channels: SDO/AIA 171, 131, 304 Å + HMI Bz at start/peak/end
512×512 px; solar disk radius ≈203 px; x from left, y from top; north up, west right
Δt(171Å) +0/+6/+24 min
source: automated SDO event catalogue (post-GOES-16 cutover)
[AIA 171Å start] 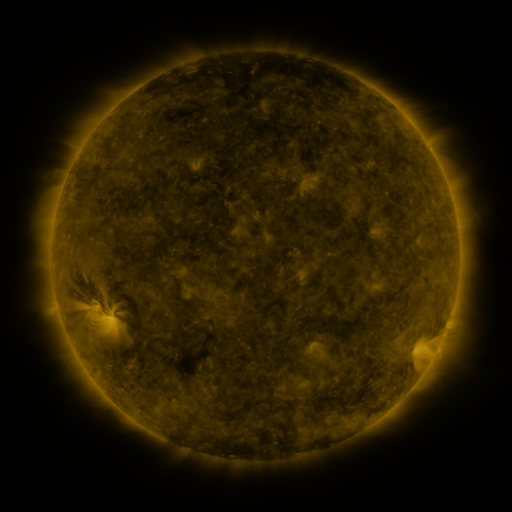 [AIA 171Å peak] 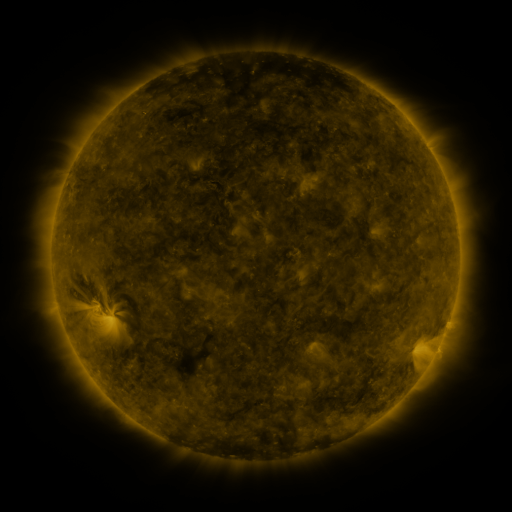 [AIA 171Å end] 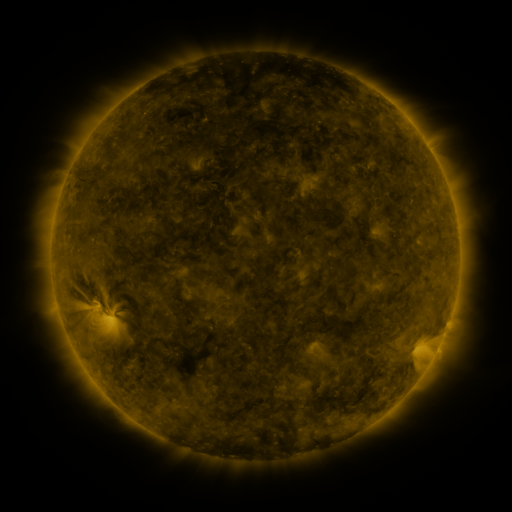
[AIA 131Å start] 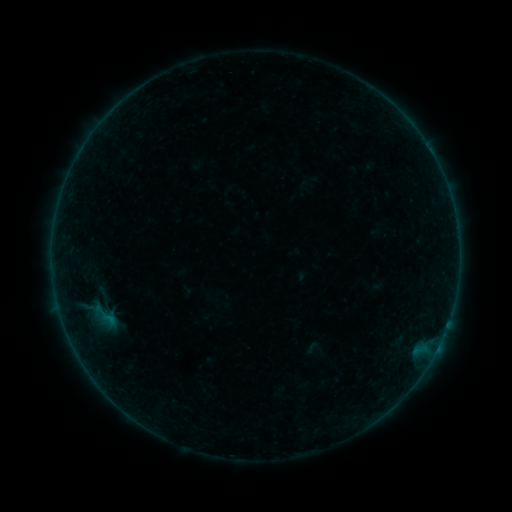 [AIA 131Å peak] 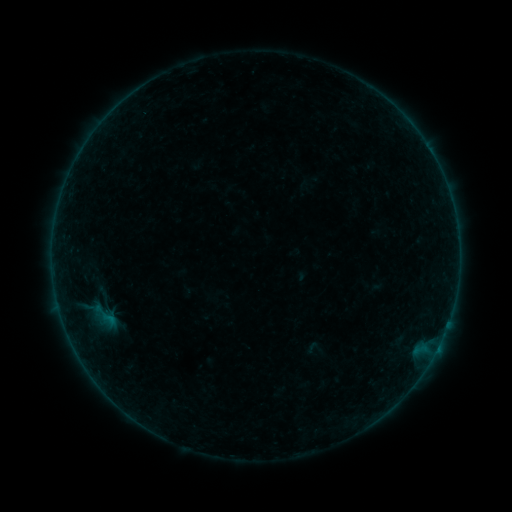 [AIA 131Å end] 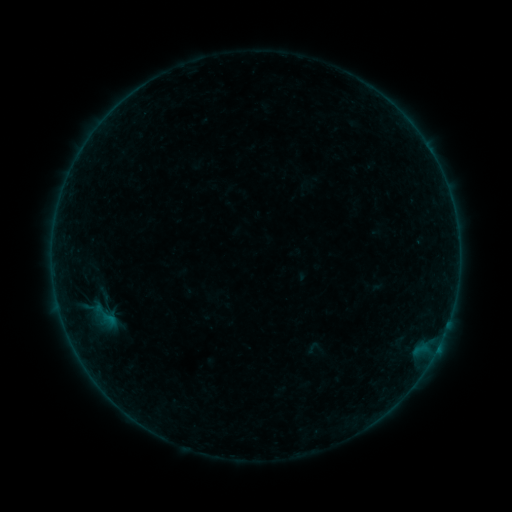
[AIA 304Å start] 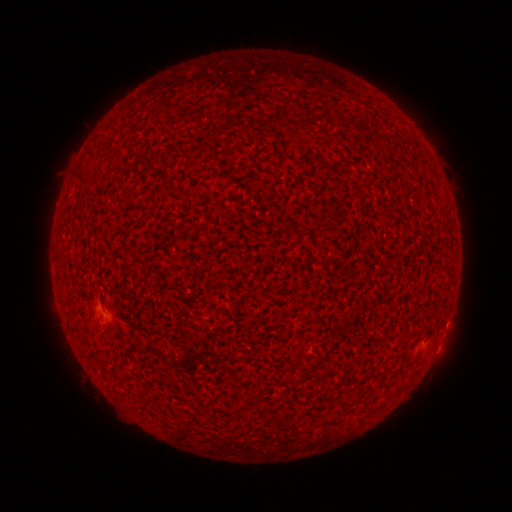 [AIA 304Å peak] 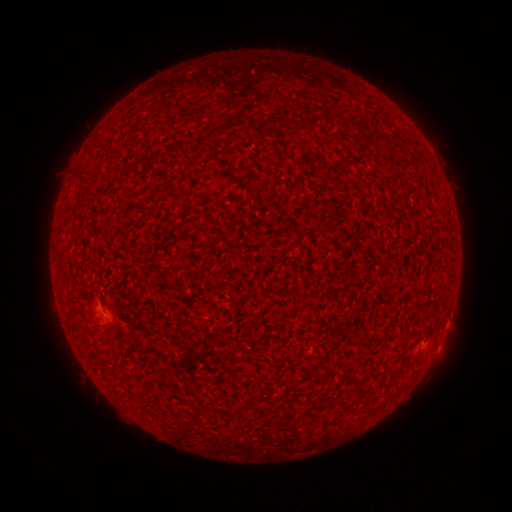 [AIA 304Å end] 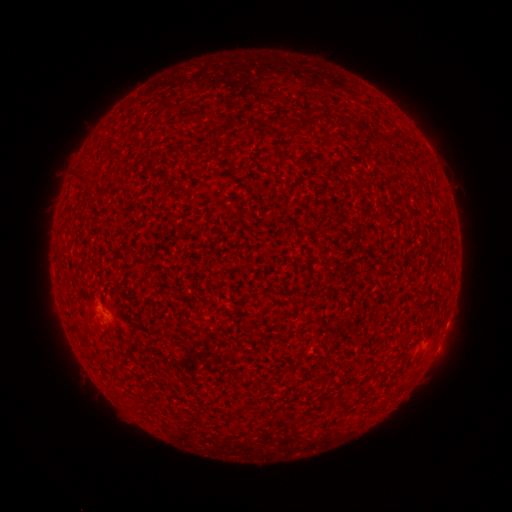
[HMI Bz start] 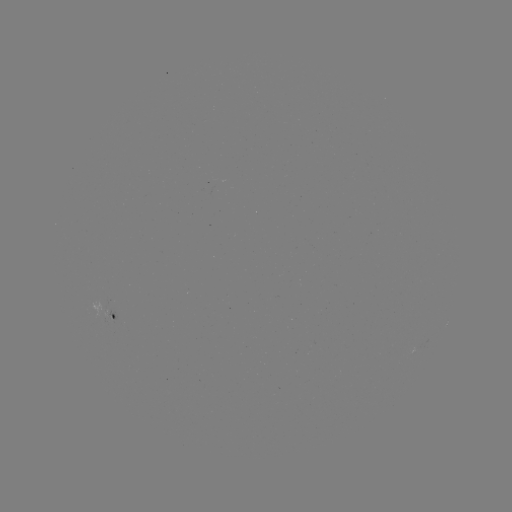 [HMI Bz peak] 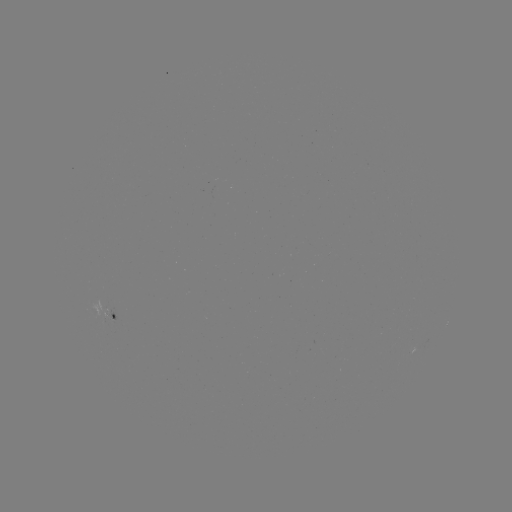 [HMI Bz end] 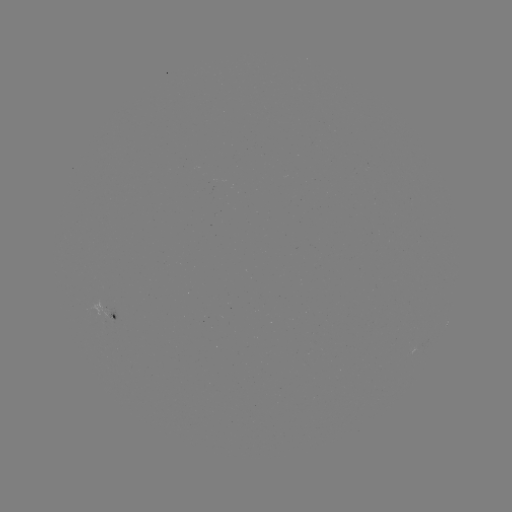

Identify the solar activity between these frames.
B1.5 flare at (438, 345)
